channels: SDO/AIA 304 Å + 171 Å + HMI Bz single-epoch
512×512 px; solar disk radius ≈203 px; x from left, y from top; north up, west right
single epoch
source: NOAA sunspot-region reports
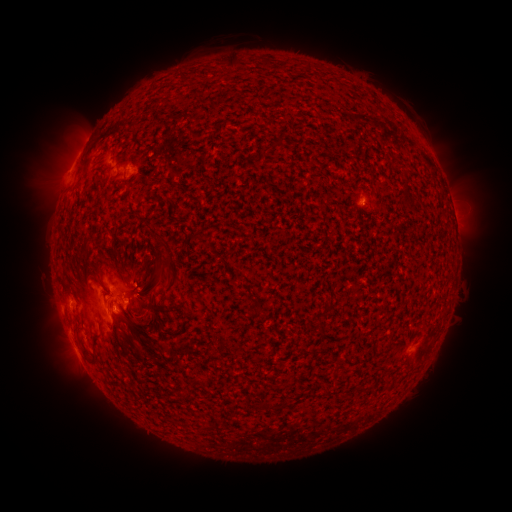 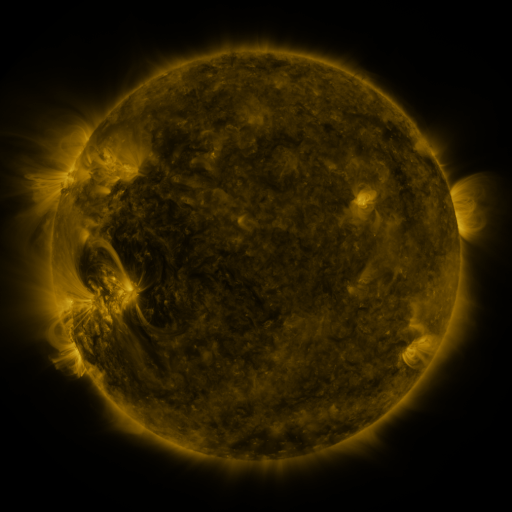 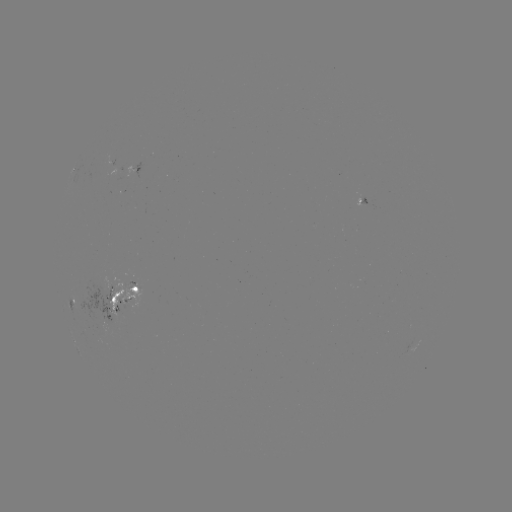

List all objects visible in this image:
spotted active region: (141, 165)
spotted active region: (362, 203)
spotted active region: (72, 292)
spotted active region: (119, 294)
